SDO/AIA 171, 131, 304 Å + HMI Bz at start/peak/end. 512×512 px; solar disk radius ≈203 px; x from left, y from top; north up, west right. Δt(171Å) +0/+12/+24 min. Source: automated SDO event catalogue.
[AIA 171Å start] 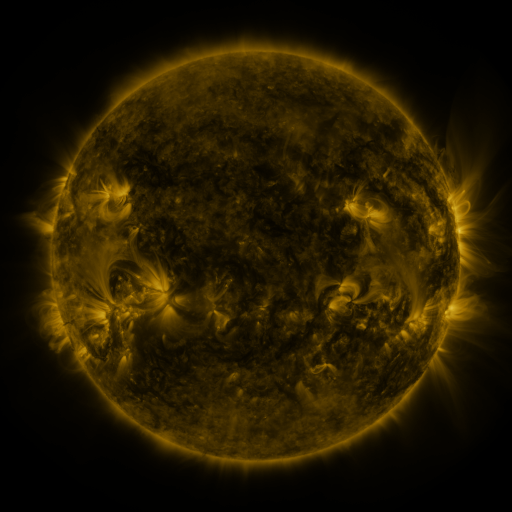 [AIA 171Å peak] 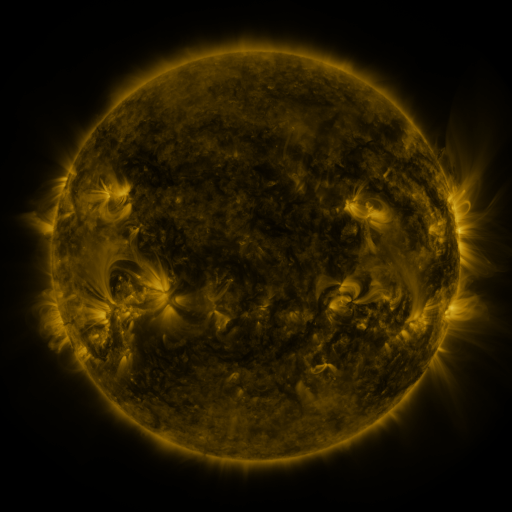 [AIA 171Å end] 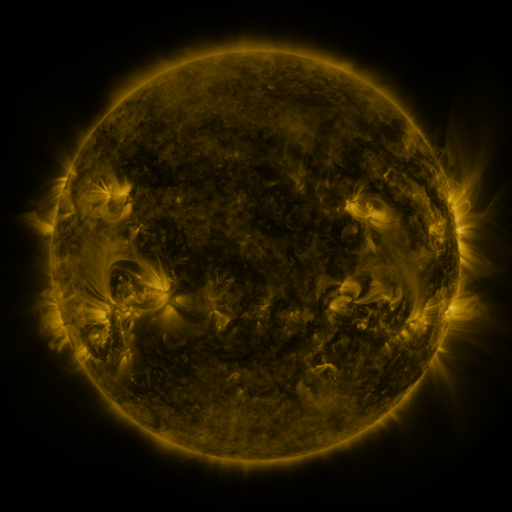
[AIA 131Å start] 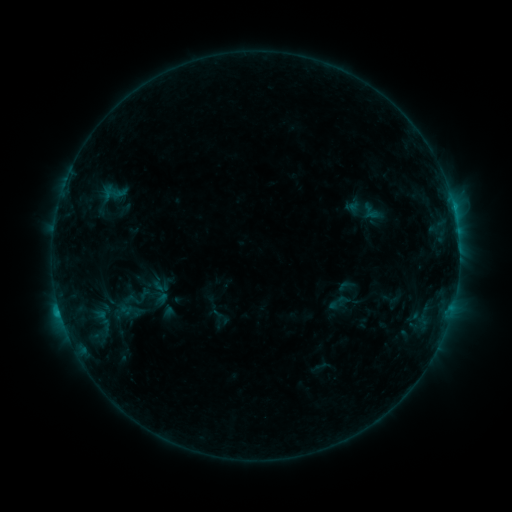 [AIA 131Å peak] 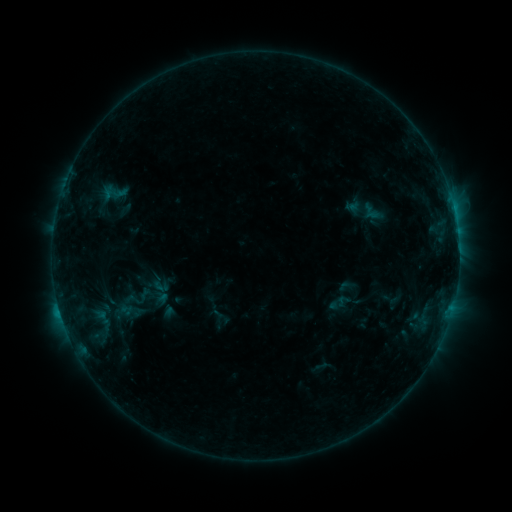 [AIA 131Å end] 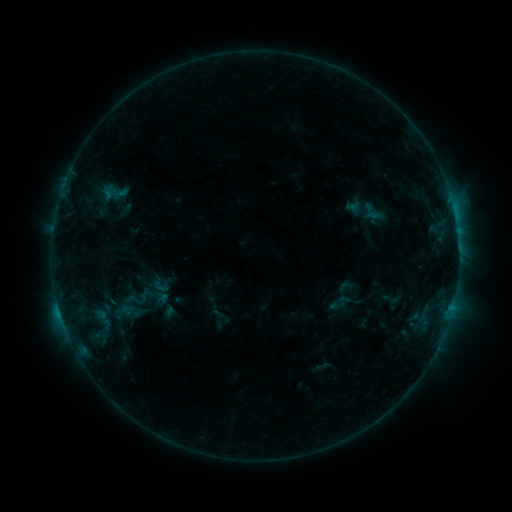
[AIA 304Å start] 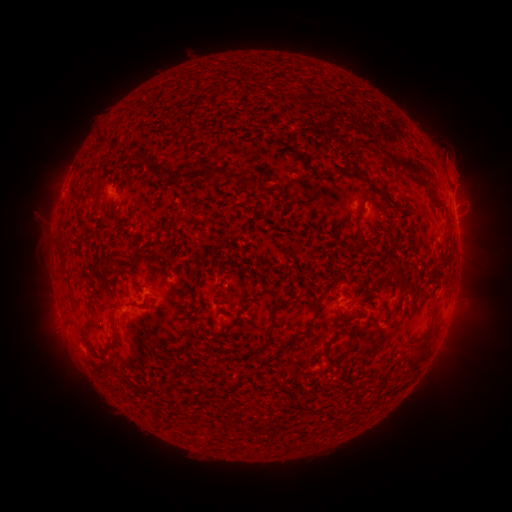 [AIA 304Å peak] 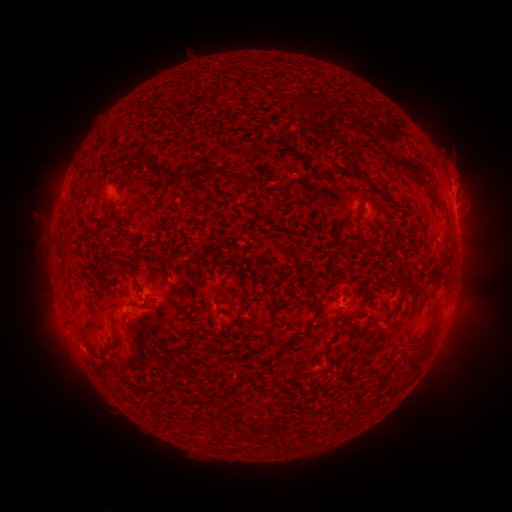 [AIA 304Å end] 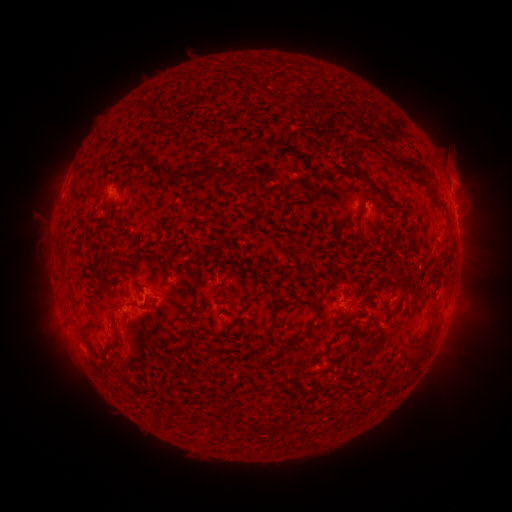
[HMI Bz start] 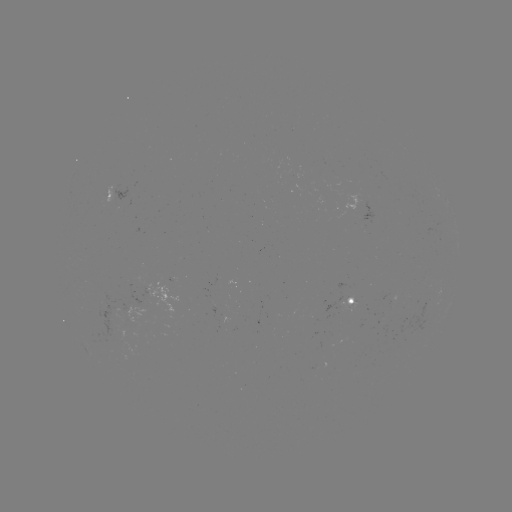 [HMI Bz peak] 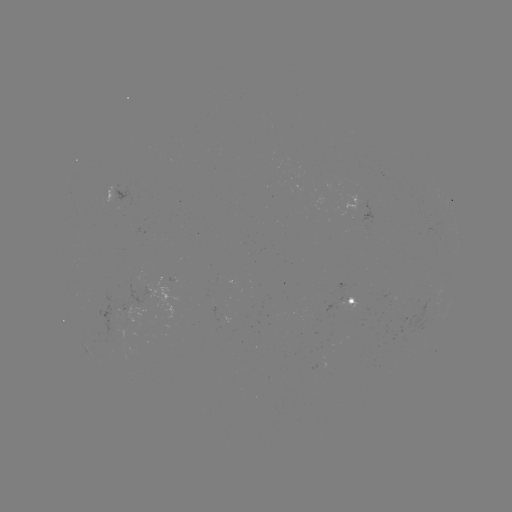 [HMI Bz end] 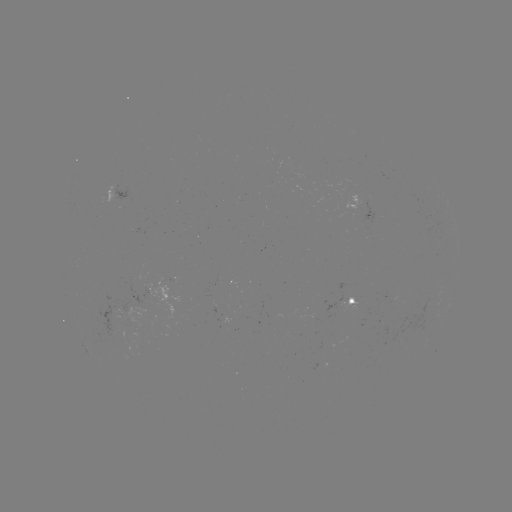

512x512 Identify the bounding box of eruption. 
[435, 155, 488, 225].